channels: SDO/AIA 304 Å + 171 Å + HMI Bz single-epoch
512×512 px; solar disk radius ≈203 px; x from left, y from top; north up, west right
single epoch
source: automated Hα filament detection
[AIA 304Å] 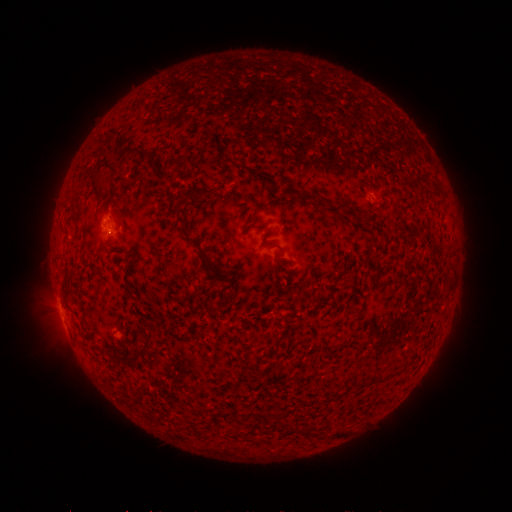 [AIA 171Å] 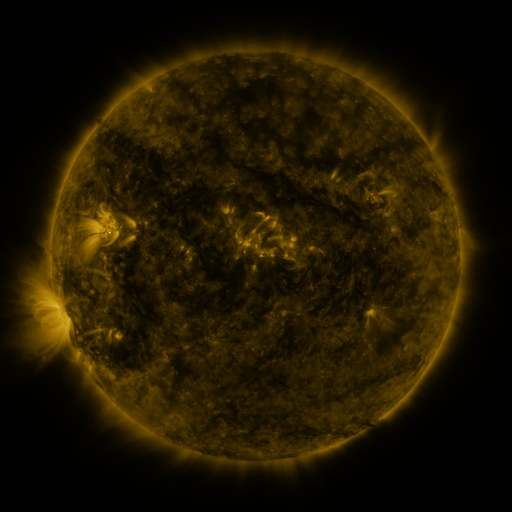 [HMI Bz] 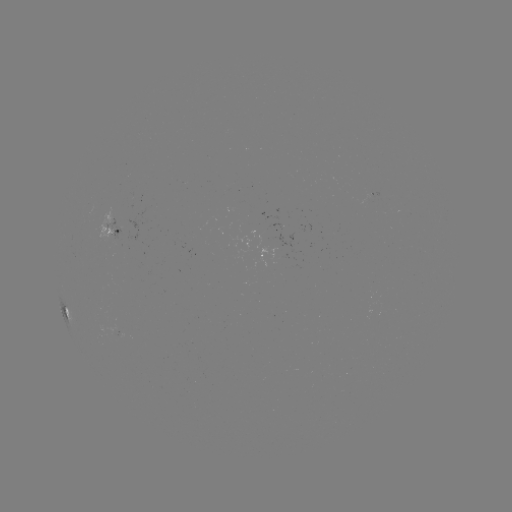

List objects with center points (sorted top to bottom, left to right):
filament: (134, 151)
filament: (171, 164)
filament: (100, 183)
filament: (341, 205)
filament: (180, 218)
filament: (191, 240)
filament: (204, 255)
filament: (146, 348)
